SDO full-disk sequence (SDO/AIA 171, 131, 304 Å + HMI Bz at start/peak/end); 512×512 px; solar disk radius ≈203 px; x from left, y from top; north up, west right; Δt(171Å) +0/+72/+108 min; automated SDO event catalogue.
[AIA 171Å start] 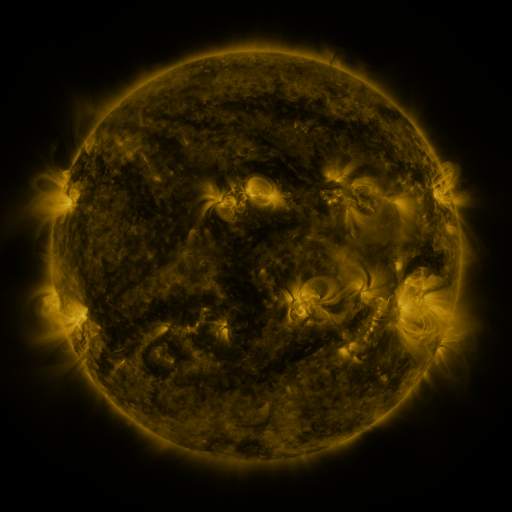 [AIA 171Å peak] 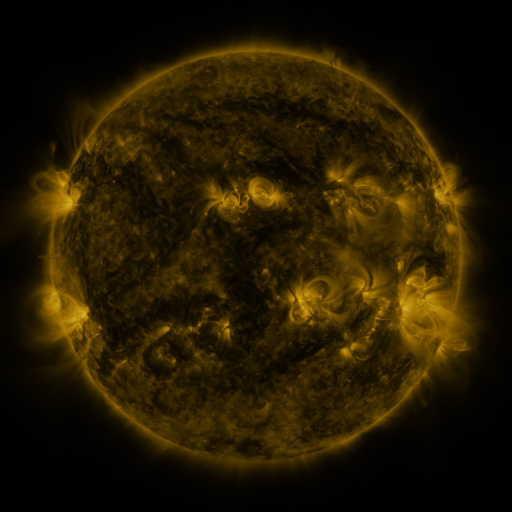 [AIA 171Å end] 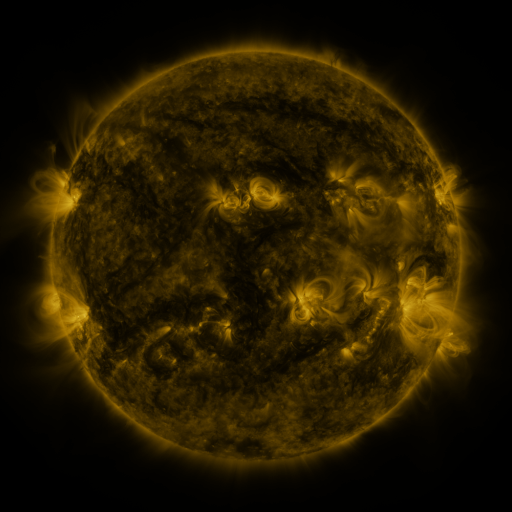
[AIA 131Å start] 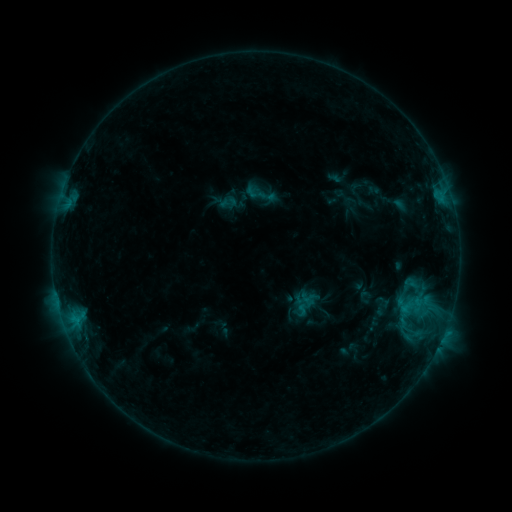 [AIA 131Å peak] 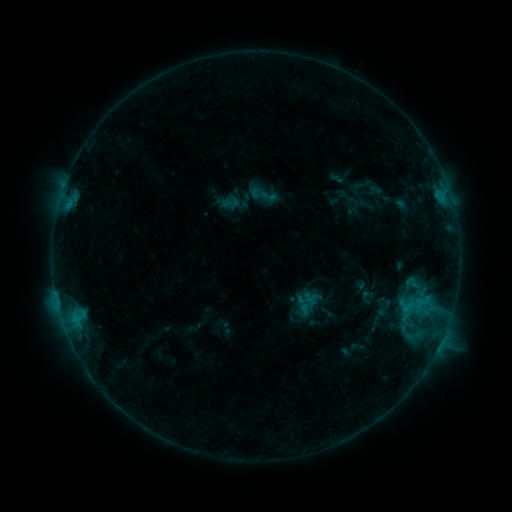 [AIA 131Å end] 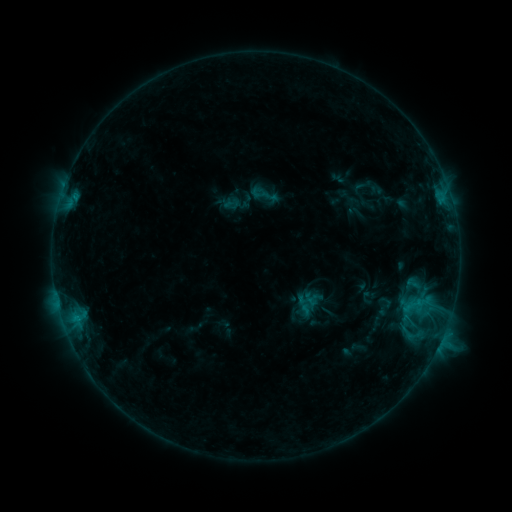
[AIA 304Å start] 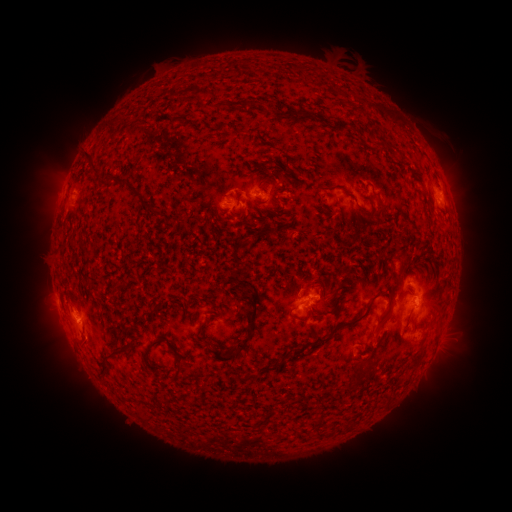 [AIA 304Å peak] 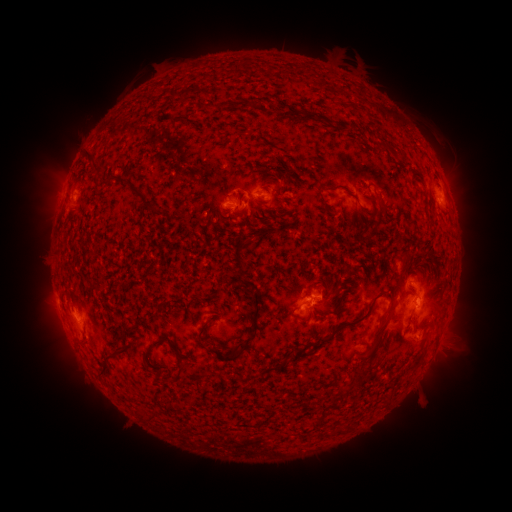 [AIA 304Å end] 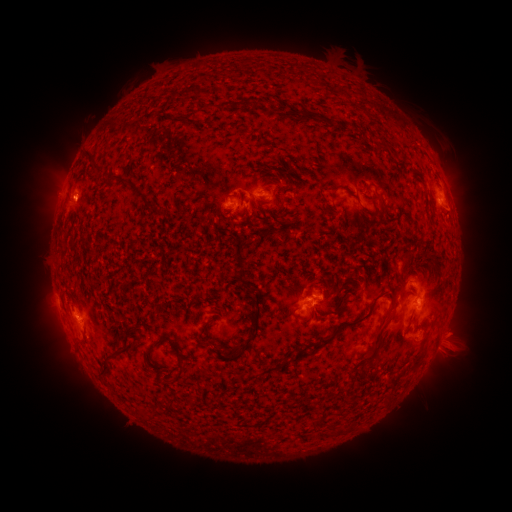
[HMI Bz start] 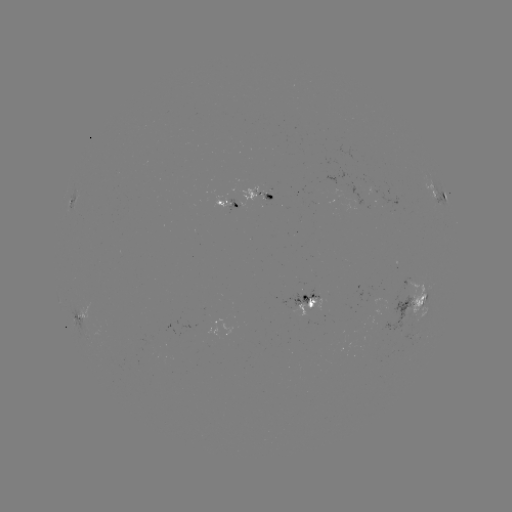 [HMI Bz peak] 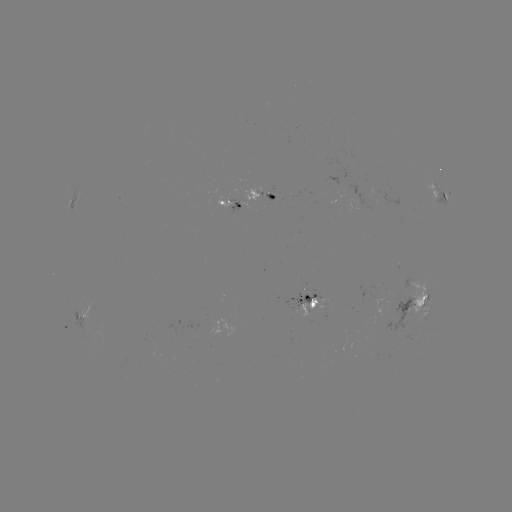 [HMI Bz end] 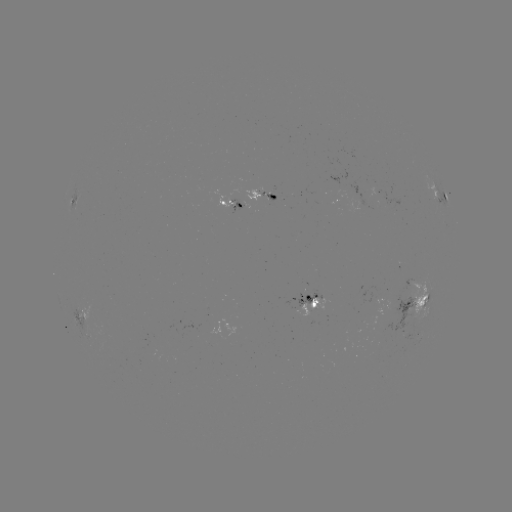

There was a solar emerging-flux region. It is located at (237, 211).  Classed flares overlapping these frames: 1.